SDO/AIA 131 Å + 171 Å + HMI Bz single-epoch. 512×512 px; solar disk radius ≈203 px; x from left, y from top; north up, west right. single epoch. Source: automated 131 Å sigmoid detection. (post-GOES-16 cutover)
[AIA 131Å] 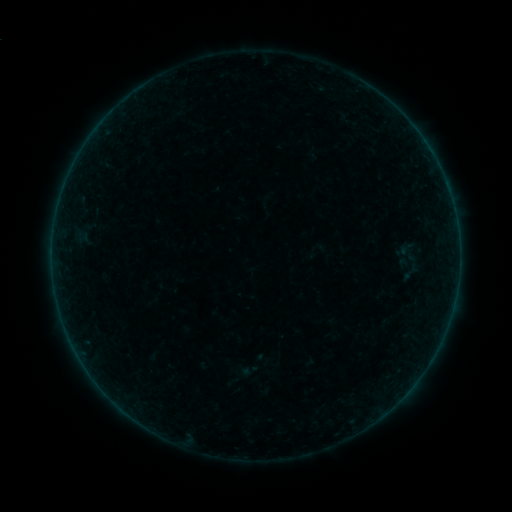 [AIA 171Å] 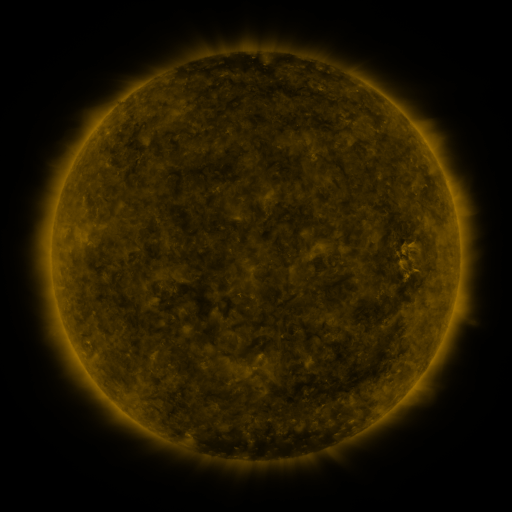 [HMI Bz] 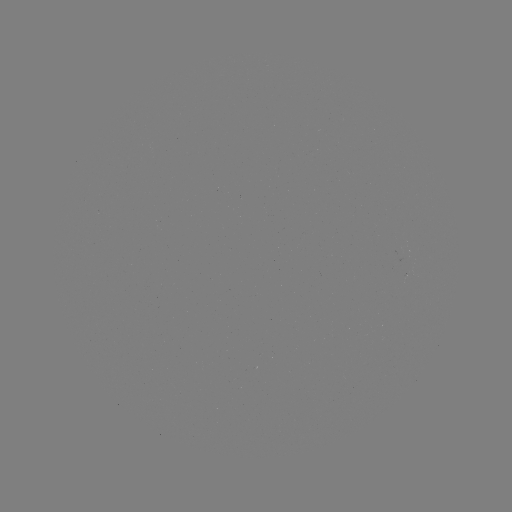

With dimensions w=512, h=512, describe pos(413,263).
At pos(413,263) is sigmoid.